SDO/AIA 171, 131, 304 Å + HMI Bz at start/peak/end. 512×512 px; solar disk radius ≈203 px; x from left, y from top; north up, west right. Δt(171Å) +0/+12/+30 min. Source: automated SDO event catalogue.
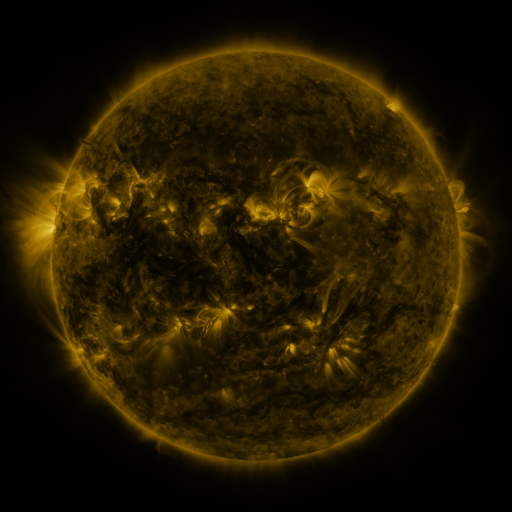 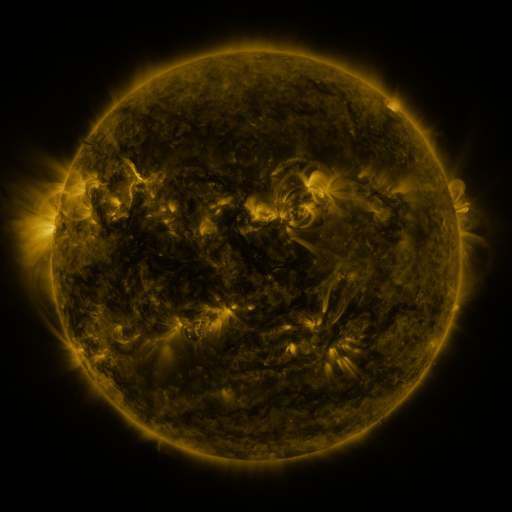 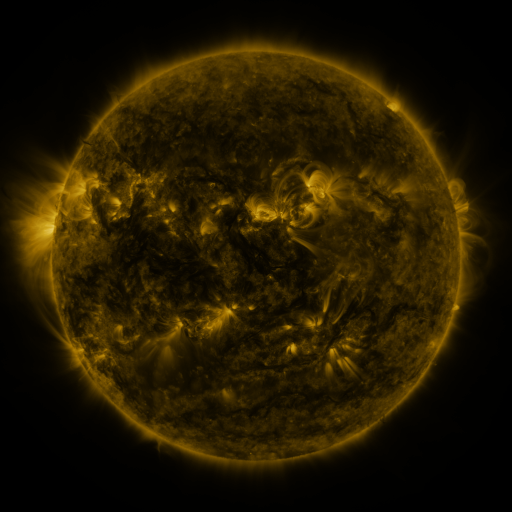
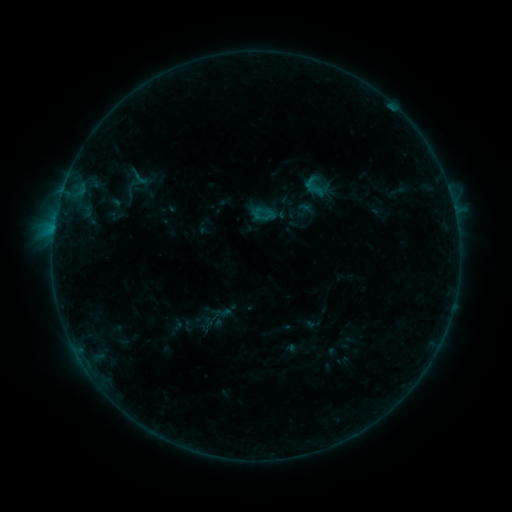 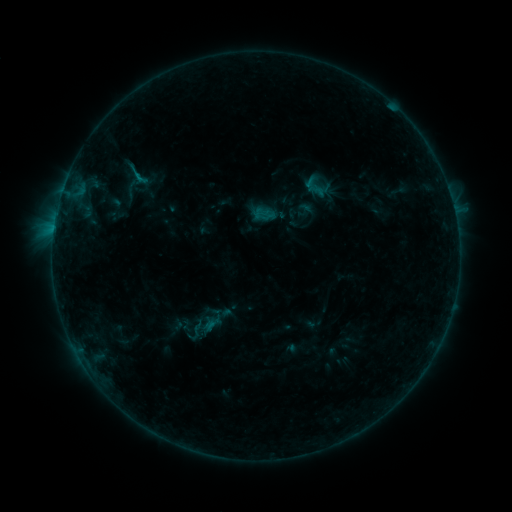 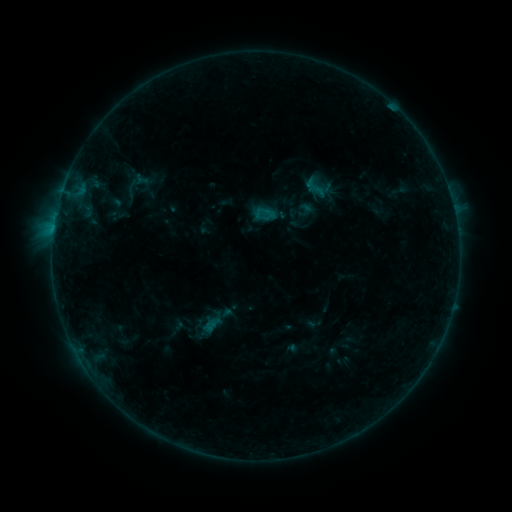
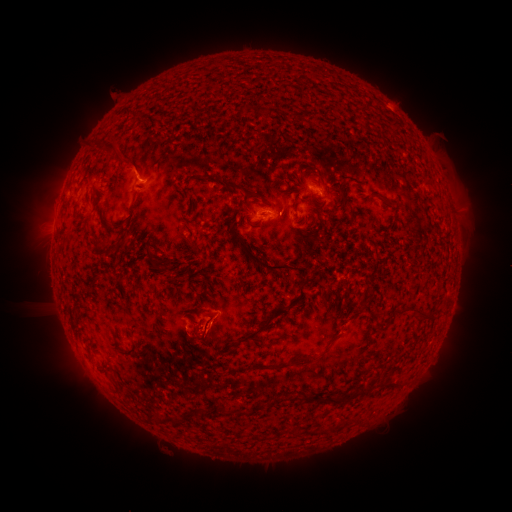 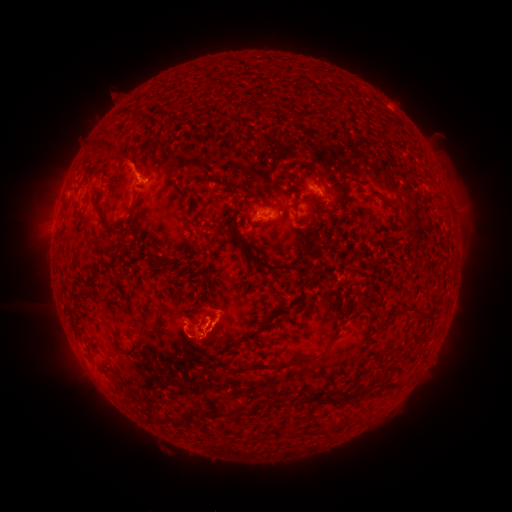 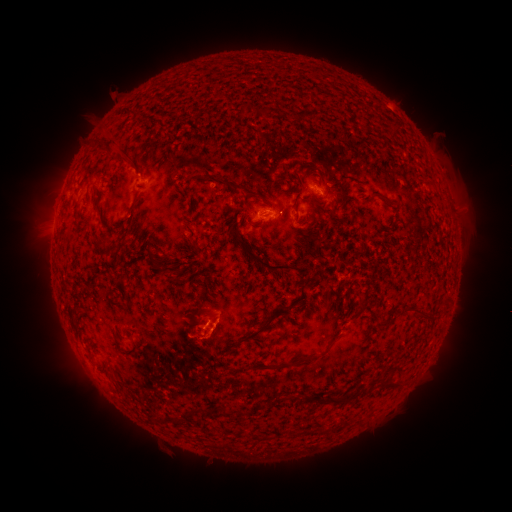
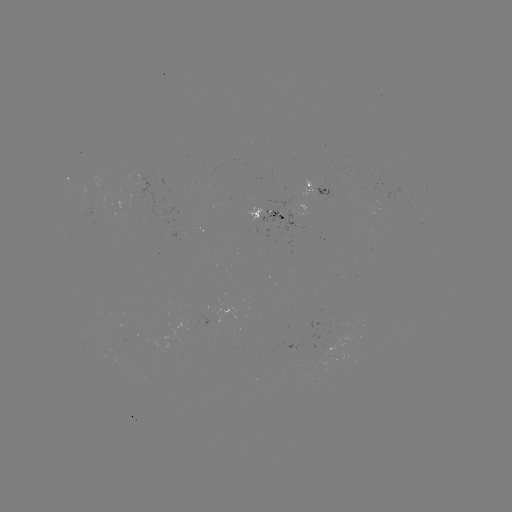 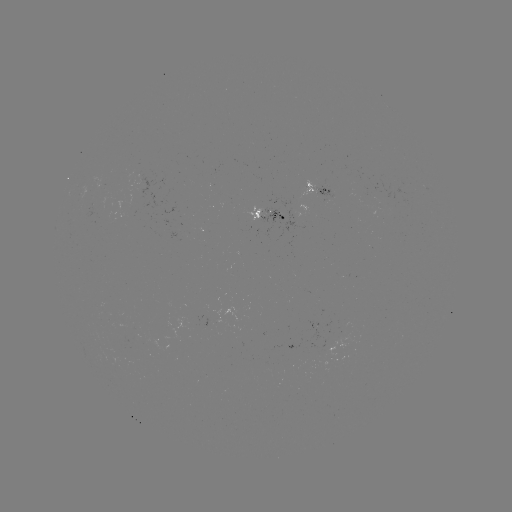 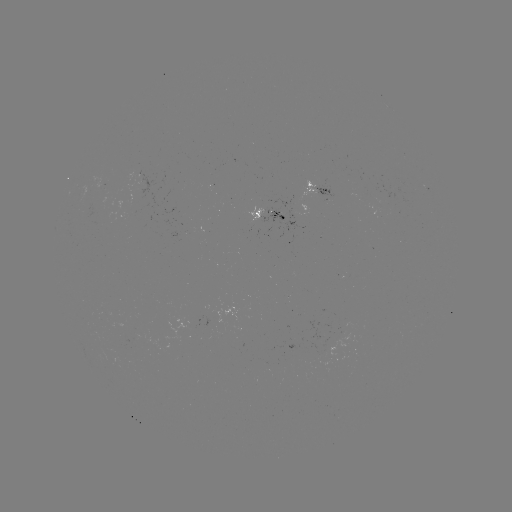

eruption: [97, 128, 155, 183]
